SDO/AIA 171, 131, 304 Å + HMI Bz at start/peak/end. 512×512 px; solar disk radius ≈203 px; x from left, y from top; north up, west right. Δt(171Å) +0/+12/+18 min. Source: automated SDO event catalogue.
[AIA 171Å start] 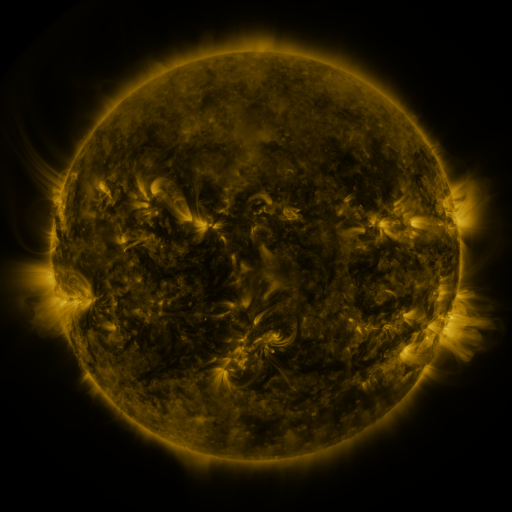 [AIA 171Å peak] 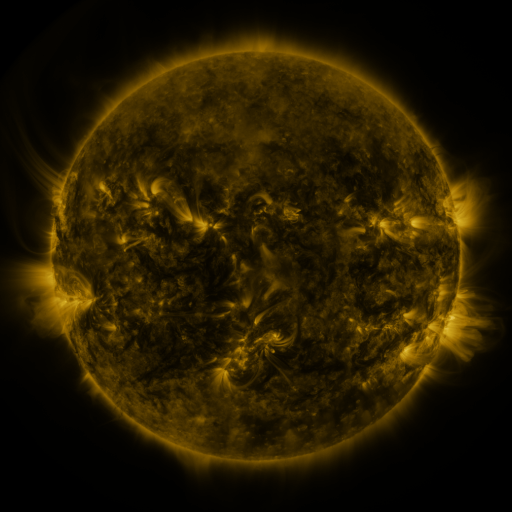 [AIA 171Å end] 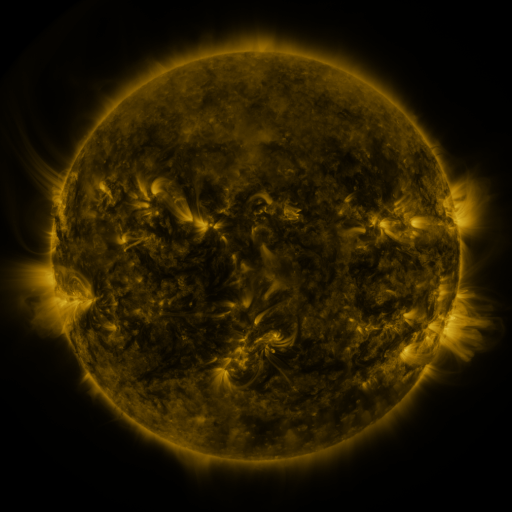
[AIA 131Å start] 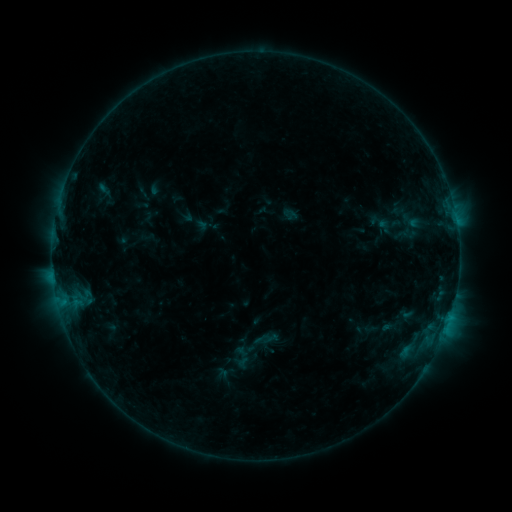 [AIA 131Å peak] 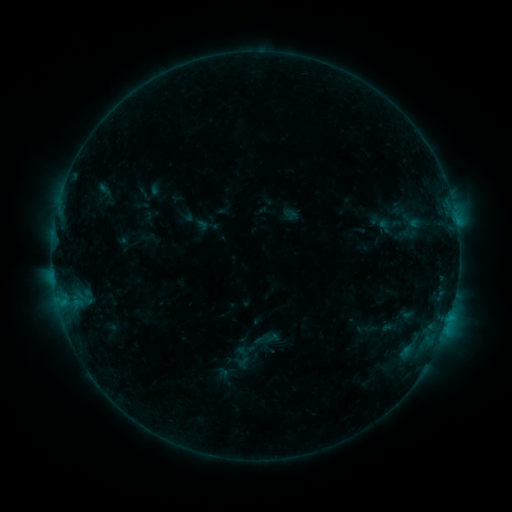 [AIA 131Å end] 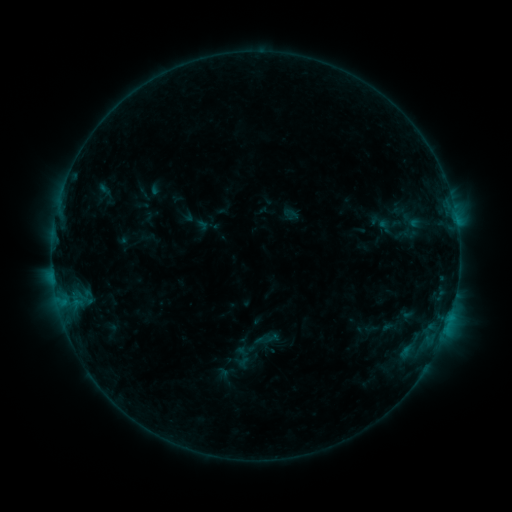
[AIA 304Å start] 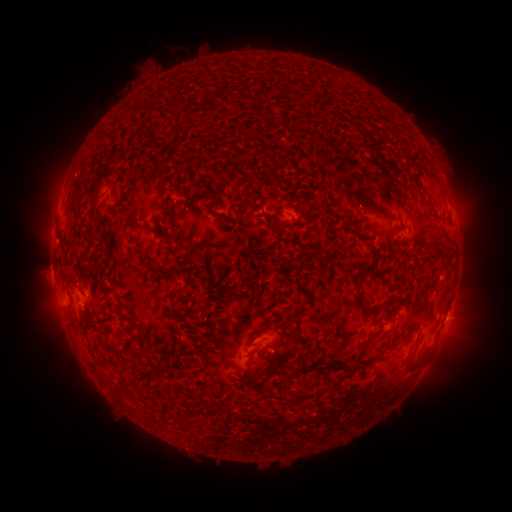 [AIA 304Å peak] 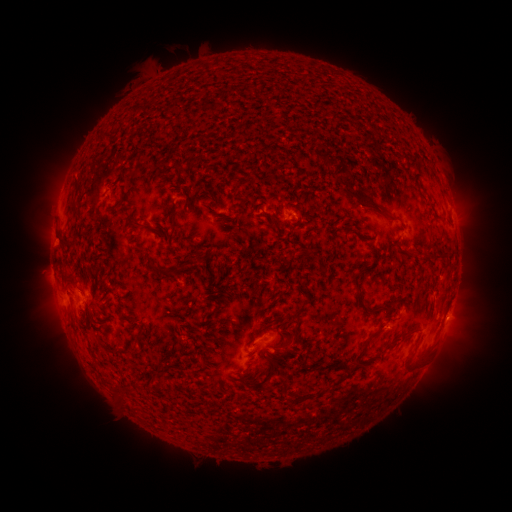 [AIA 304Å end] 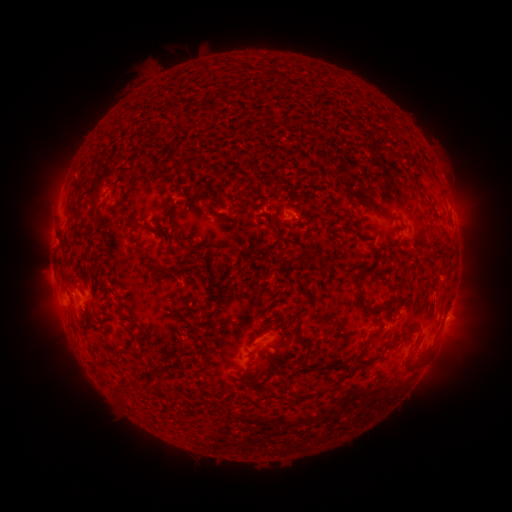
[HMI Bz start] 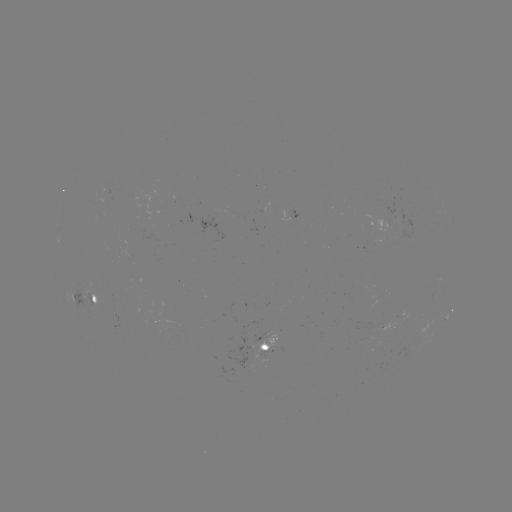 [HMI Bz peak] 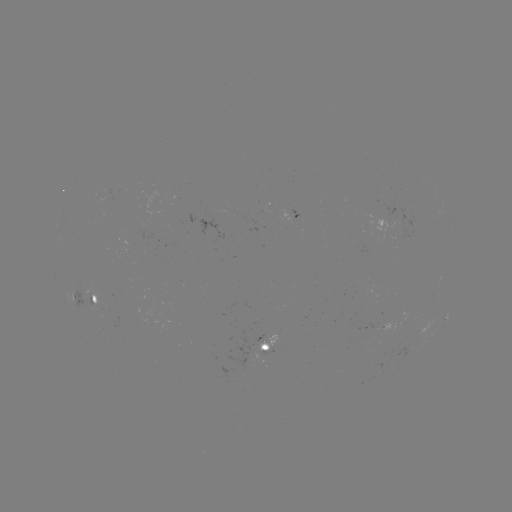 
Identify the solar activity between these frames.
no flare in any classed list; no EUV-trigger detection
